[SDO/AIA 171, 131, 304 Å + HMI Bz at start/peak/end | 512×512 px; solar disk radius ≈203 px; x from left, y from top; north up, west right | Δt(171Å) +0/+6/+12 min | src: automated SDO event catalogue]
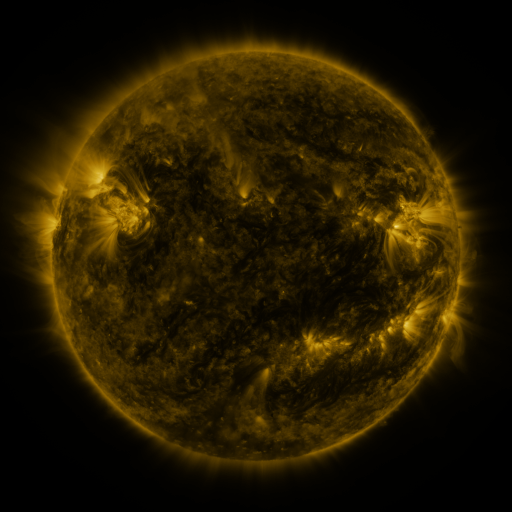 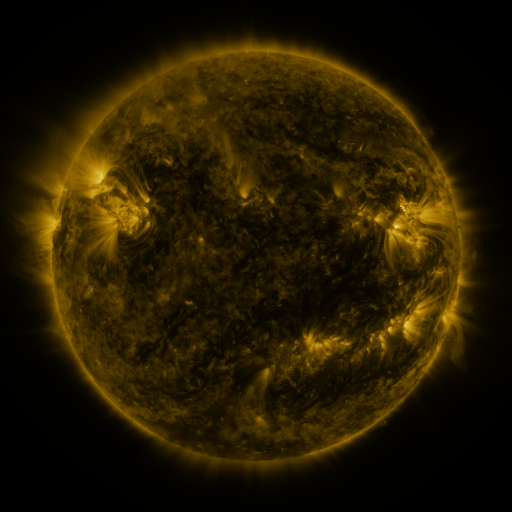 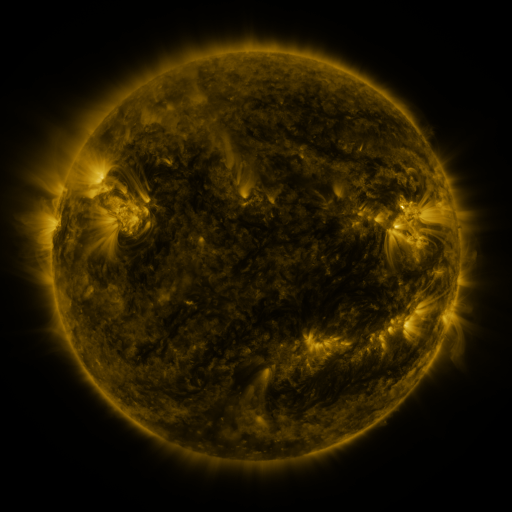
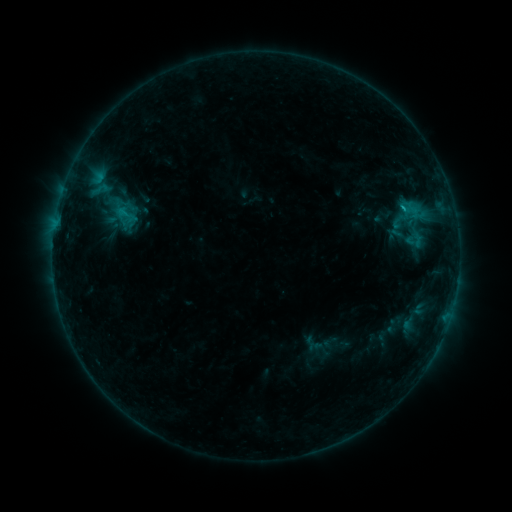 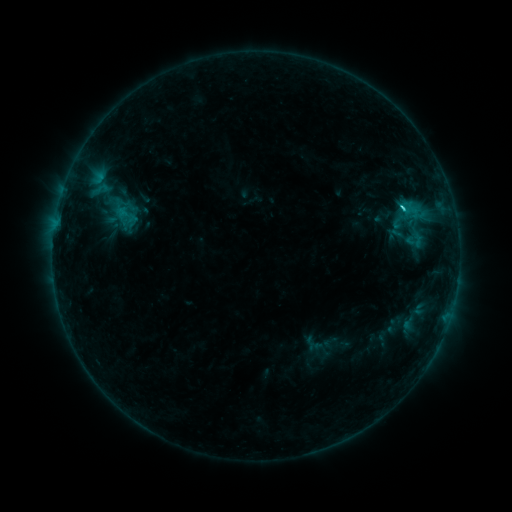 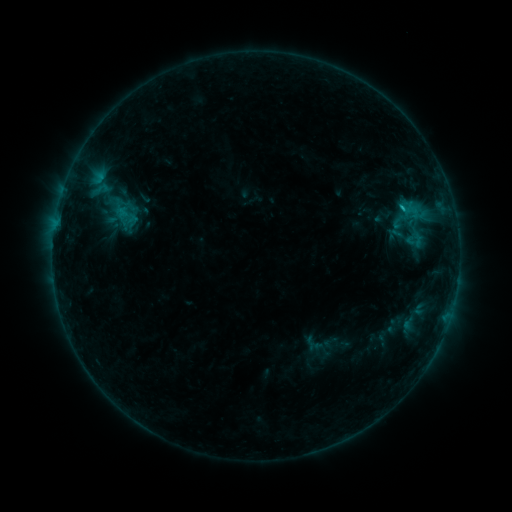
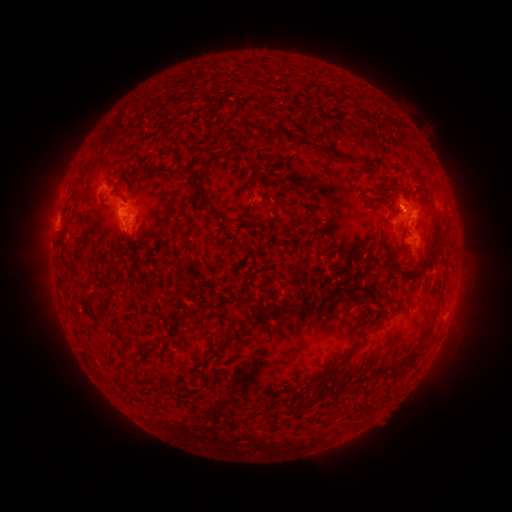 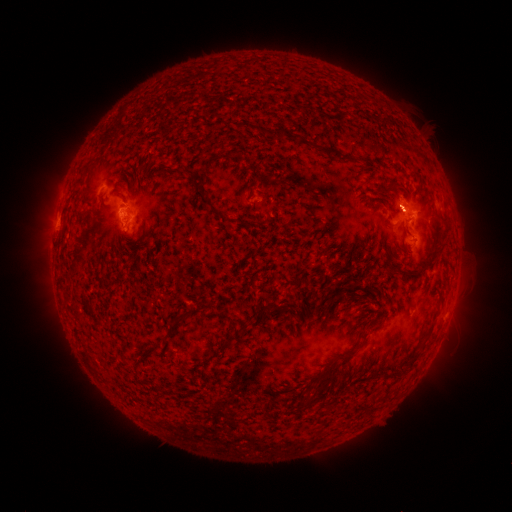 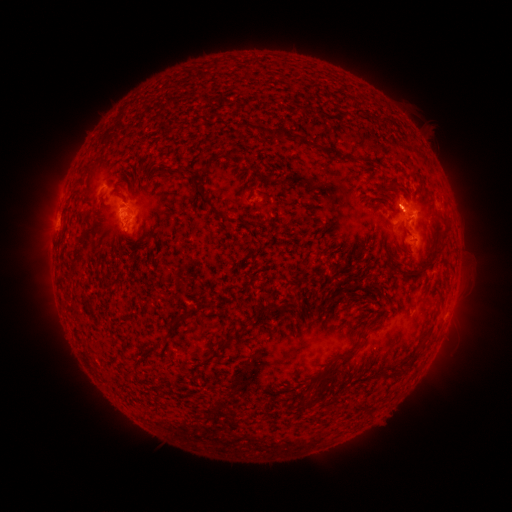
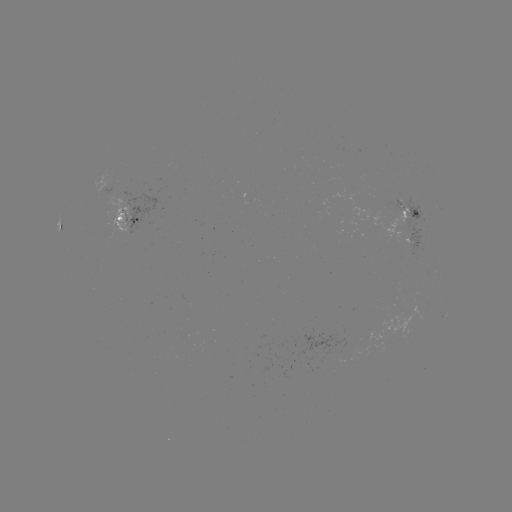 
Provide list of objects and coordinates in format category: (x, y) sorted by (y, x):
C1.3 flare: (402, 211)
